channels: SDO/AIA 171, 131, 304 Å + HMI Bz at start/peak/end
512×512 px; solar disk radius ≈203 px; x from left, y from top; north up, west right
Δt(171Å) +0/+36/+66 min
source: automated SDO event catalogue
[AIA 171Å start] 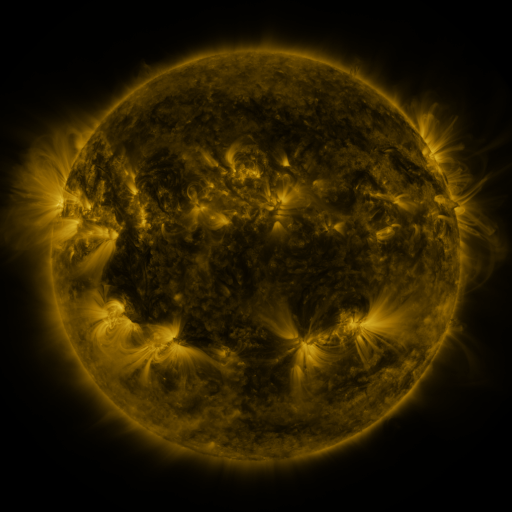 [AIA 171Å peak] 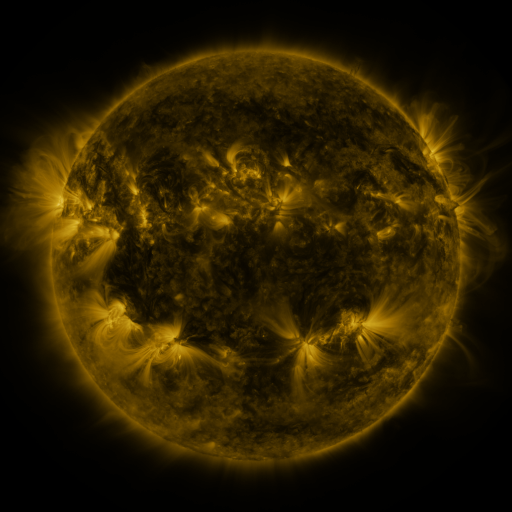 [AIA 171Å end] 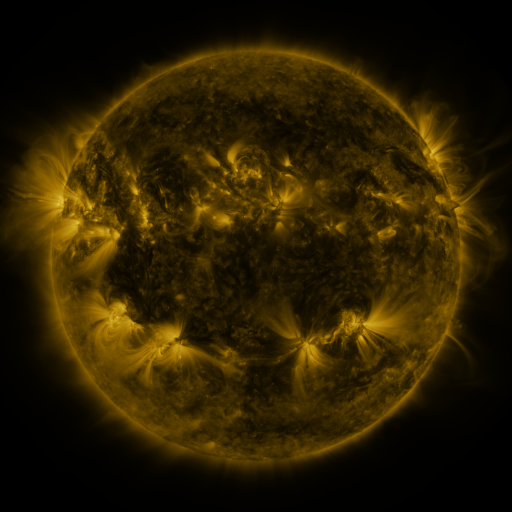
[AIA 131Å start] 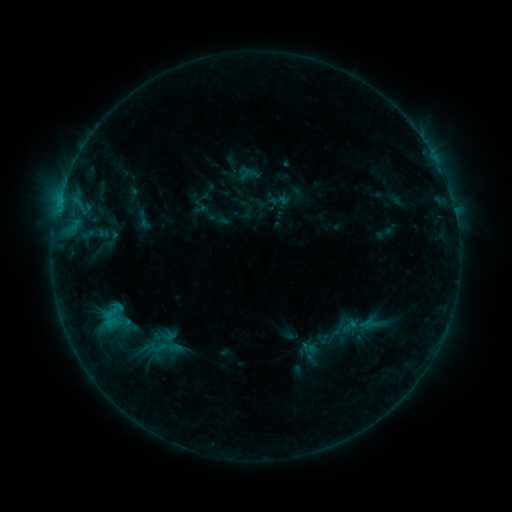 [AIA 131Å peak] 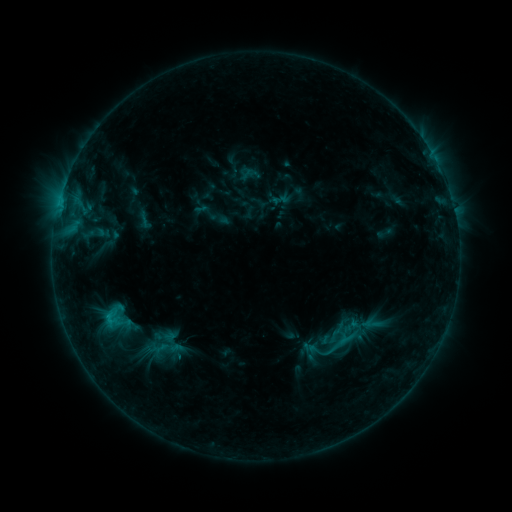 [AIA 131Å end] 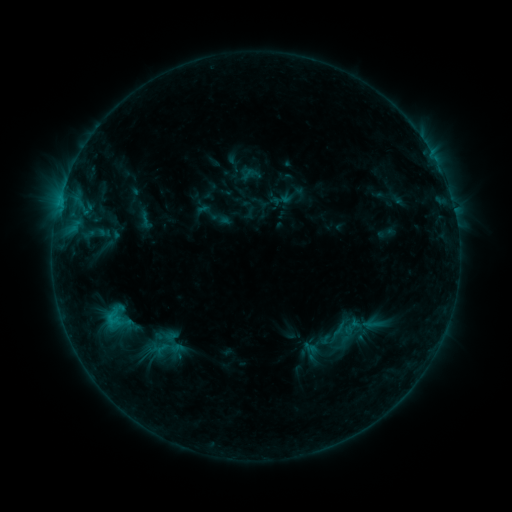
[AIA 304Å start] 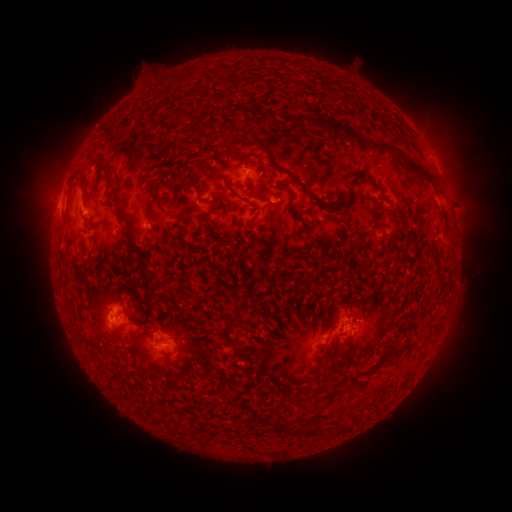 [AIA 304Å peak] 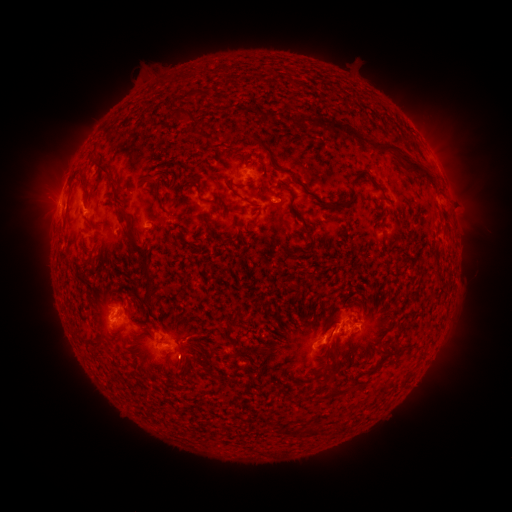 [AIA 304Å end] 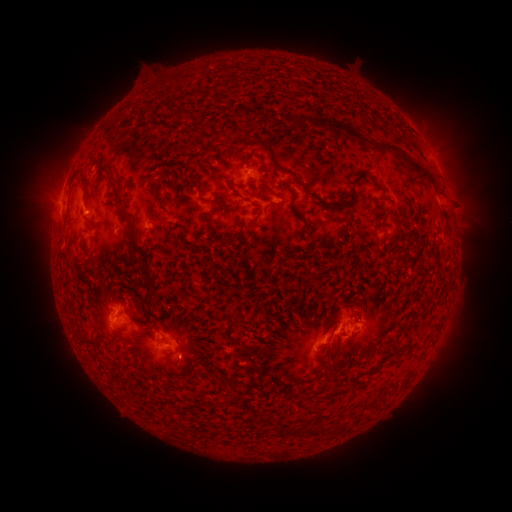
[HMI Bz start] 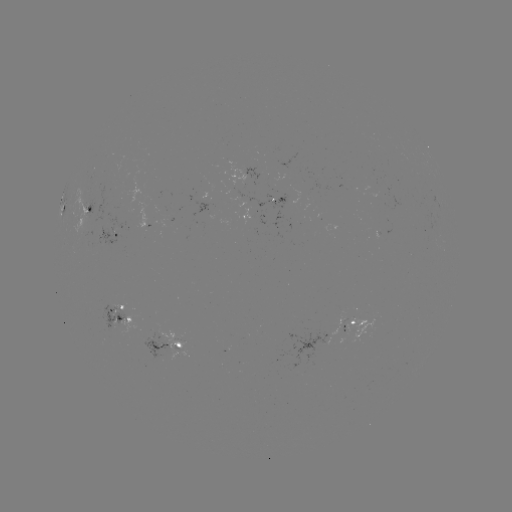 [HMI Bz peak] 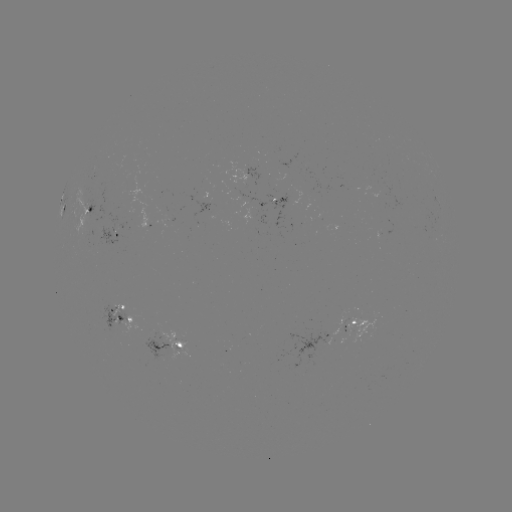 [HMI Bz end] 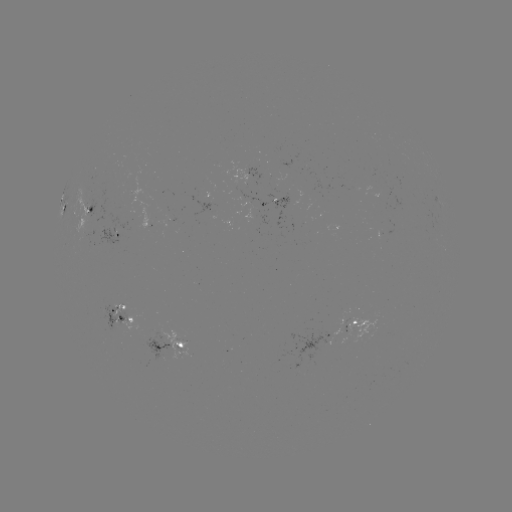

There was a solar flare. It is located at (109, 313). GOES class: C1.6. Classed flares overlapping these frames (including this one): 1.